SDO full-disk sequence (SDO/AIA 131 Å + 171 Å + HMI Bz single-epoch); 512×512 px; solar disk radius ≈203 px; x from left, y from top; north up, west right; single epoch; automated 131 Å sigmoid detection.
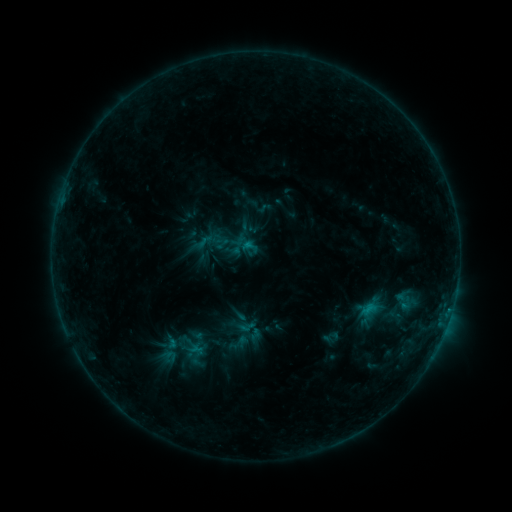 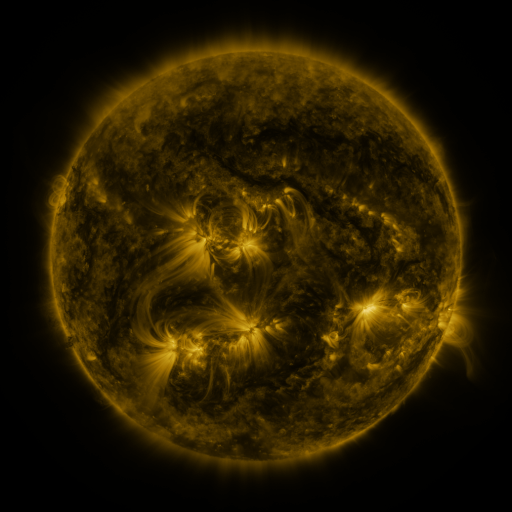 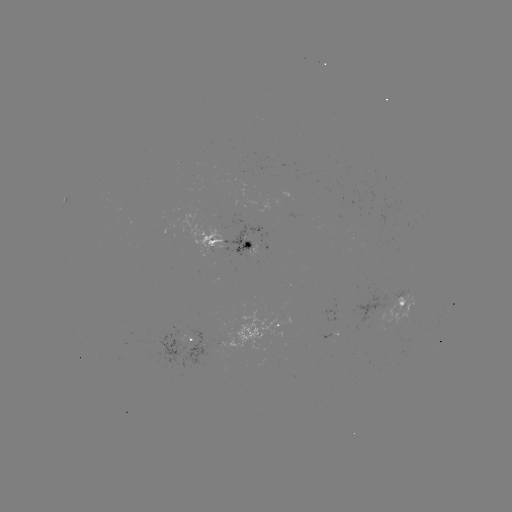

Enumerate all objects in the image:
sigmoid: [198, 232, 218, 253]
